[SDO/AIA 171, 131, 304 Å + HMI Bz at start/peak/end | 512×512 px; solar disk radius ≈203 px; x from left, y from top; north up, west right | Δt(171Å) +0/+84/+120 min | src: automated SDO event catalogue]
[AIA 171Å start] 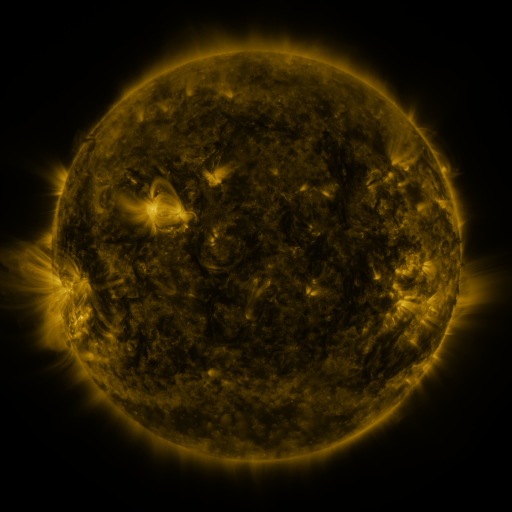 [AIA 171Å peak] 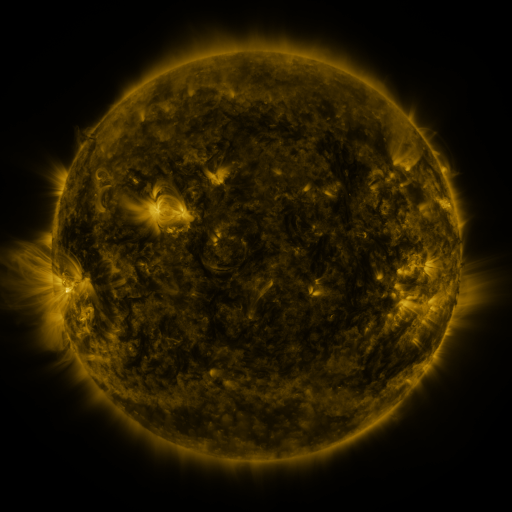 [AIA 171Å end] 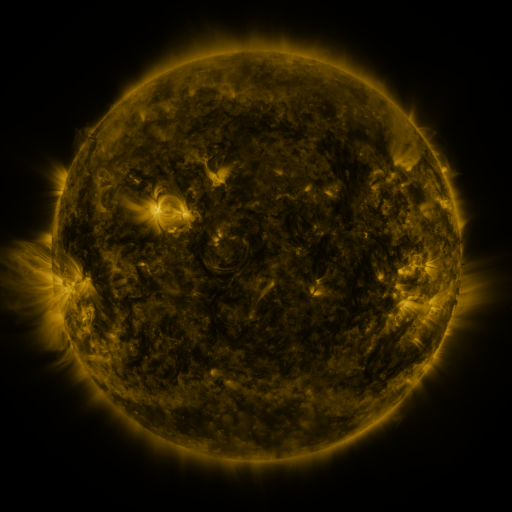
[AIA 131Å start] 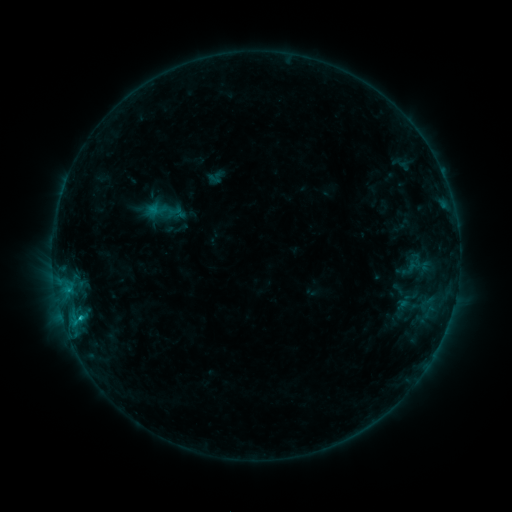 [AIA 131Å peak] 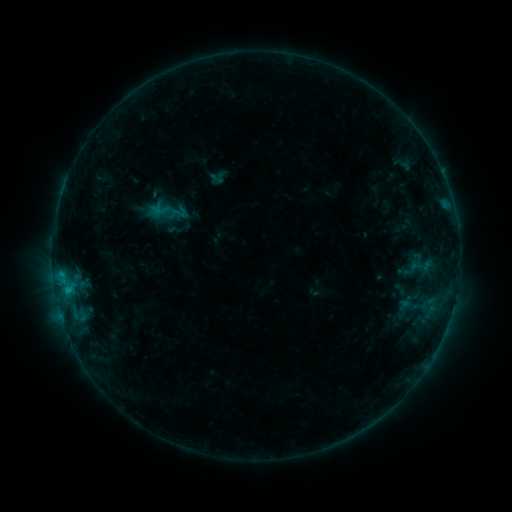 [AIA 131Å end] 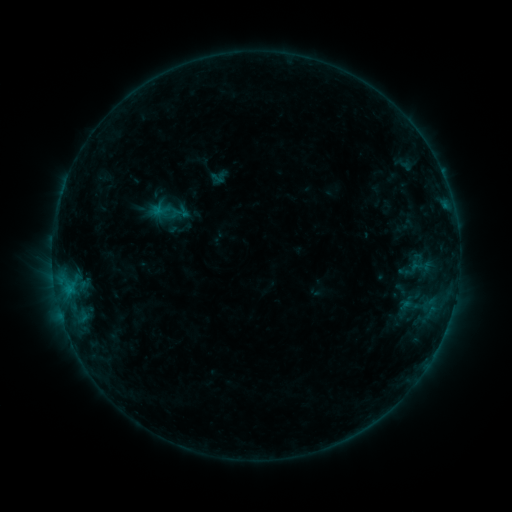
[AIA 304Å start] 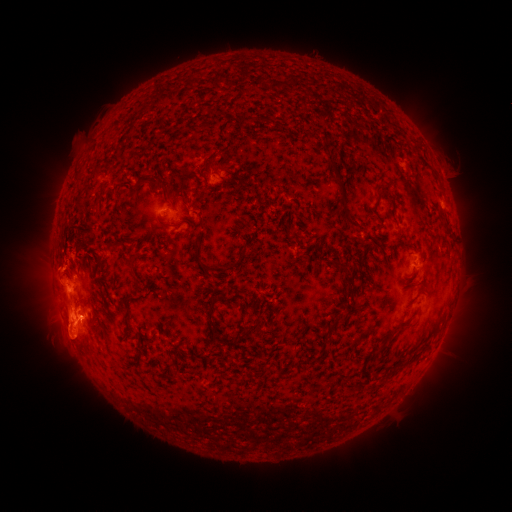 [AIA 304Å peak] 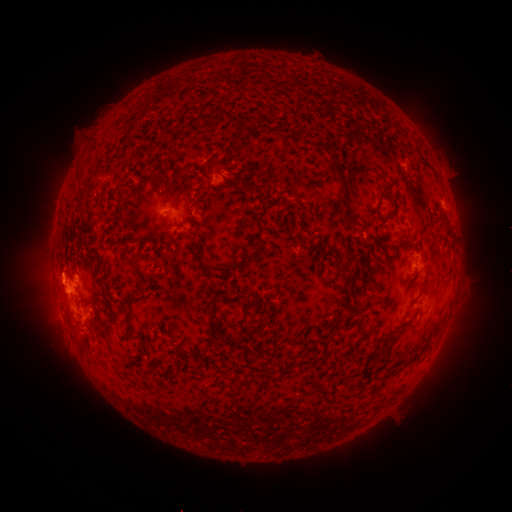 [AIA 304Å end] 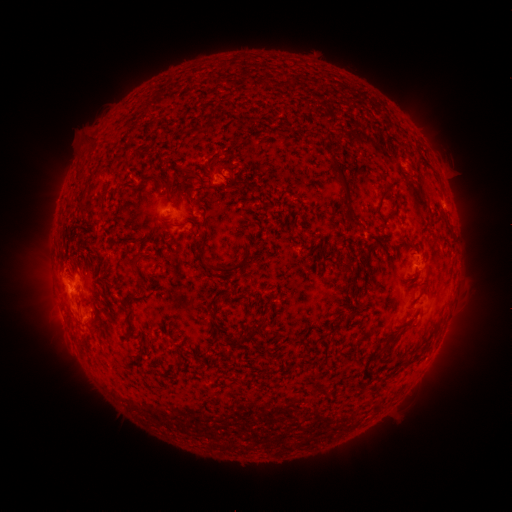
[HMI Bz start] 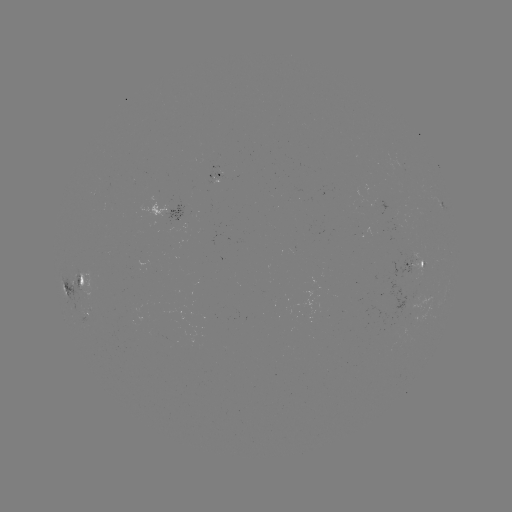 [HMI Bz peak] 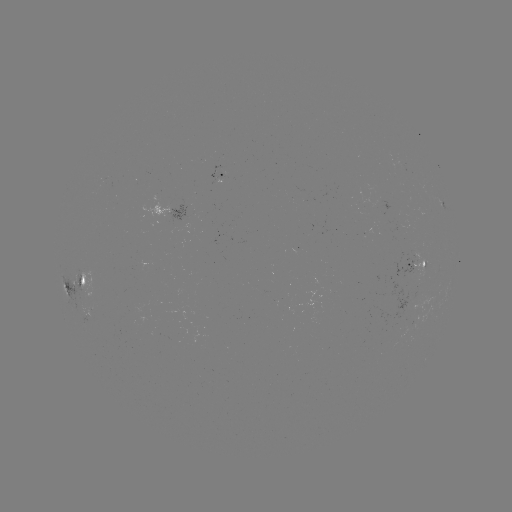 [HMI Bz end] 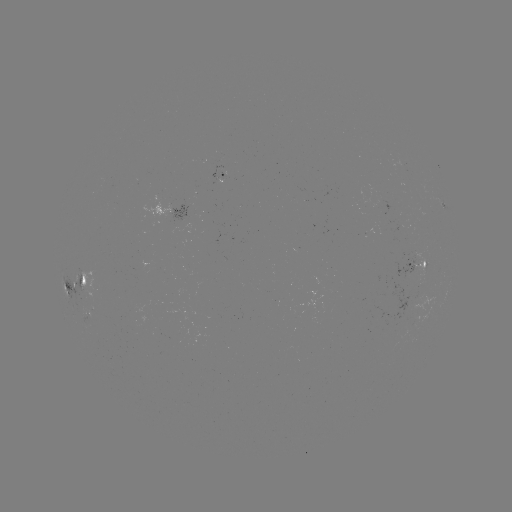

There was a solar emerging-flux region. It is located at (217, 177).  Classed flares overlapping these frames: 2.